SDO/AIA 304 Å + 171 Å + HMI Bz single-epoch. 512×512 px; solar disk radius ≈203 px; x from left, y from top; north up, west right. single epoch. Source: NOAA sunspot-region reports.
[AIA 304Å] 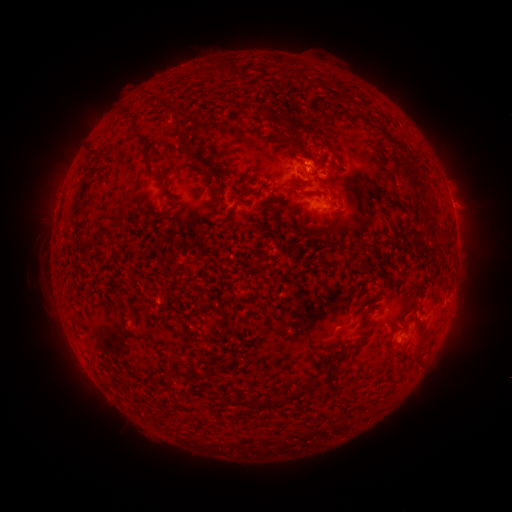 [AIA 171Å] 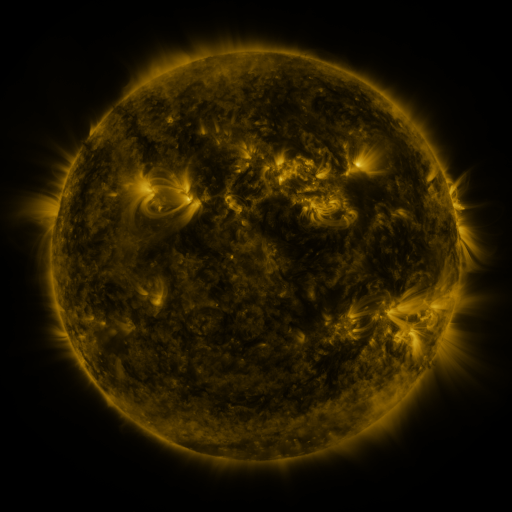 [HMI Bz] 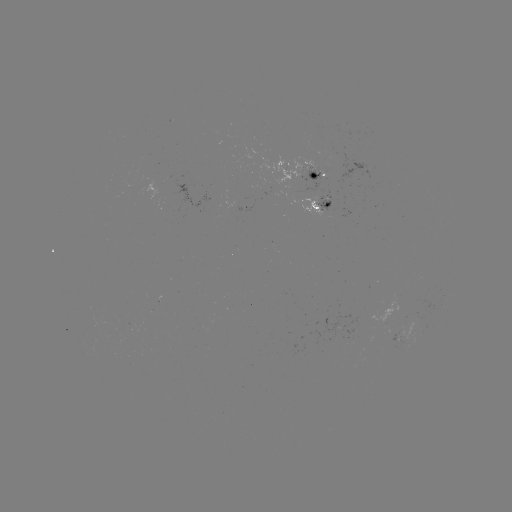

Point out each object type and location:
spotted active region: (302, 173)
spotted active region: (325, 207)
spotted active region: (403, 340)
